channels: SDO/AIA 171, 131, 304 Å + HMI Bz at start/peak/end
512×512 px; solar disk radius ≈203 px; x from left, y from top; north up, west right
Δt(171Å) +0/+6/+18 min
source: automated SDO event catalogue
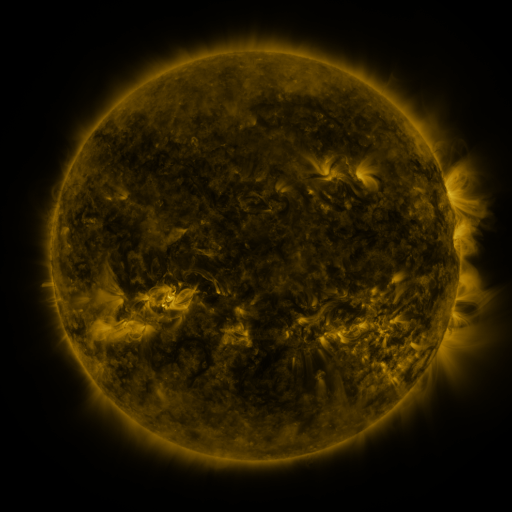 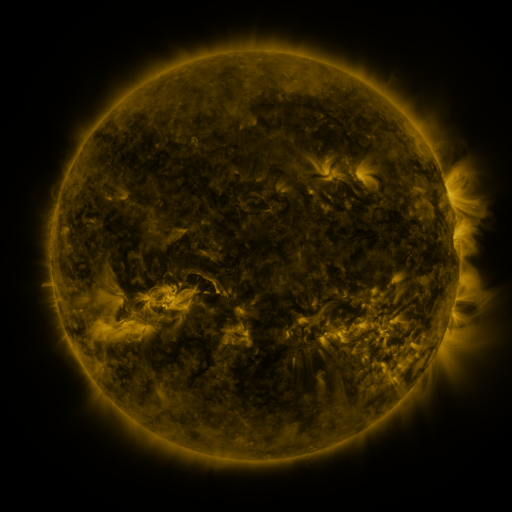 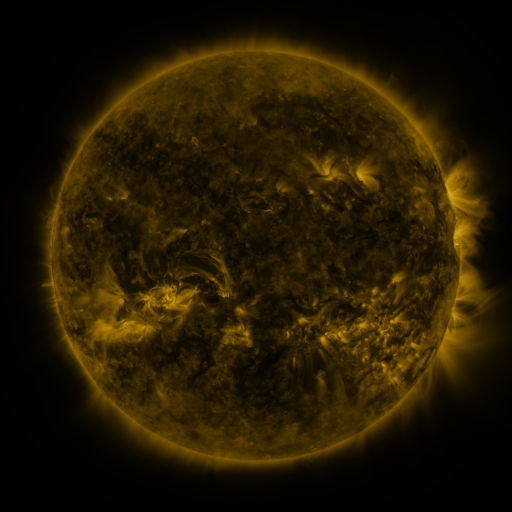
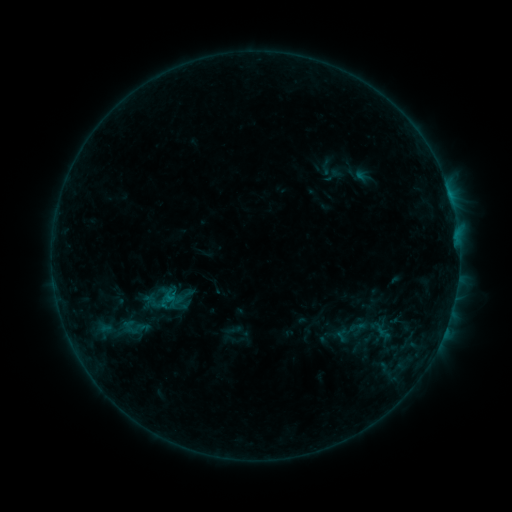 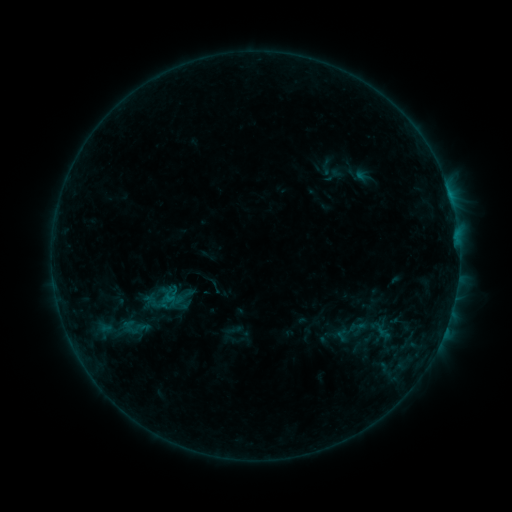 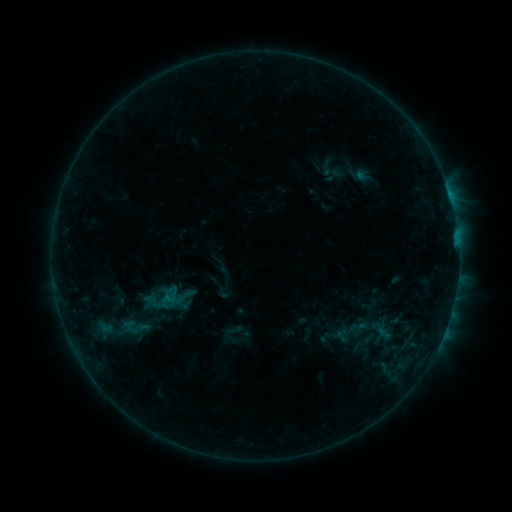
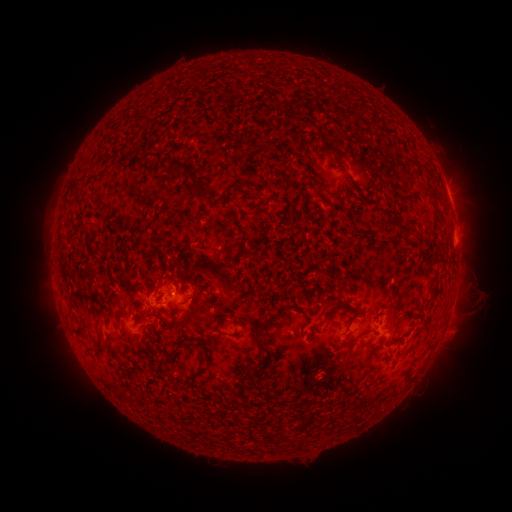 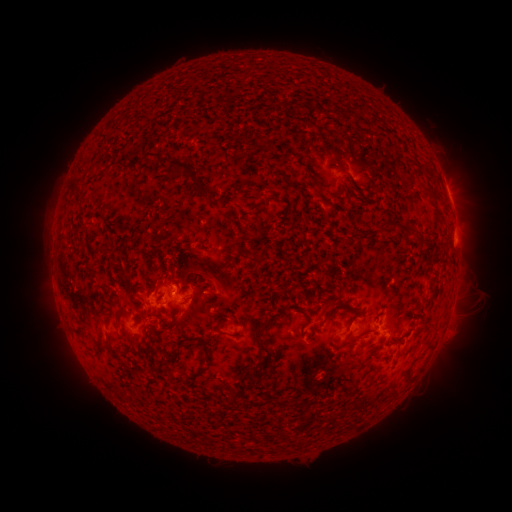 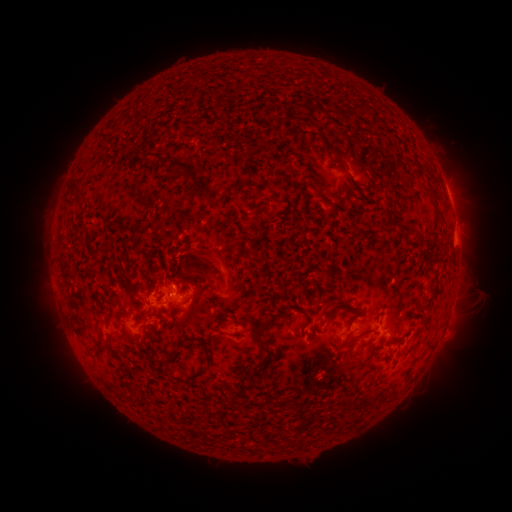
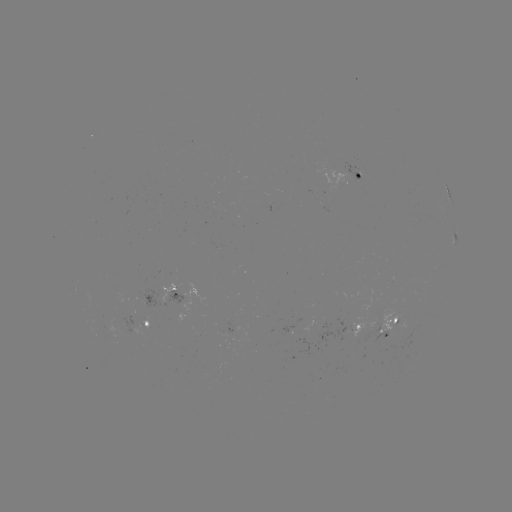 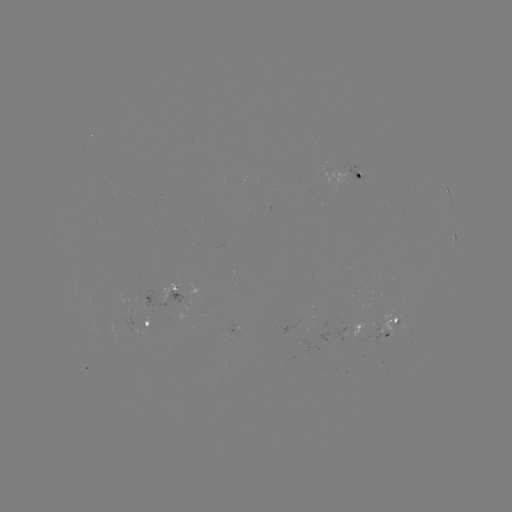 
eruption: [54, 286, 109, 329]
